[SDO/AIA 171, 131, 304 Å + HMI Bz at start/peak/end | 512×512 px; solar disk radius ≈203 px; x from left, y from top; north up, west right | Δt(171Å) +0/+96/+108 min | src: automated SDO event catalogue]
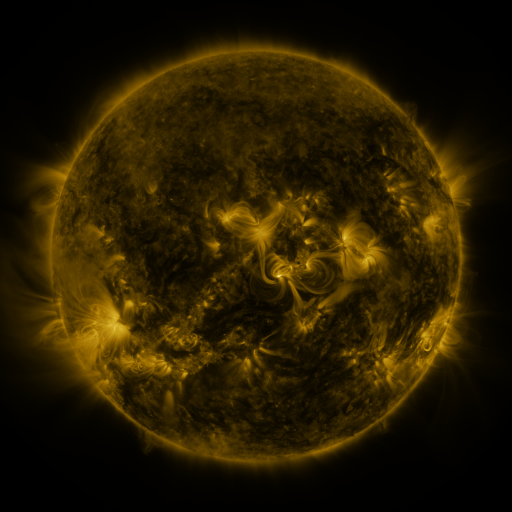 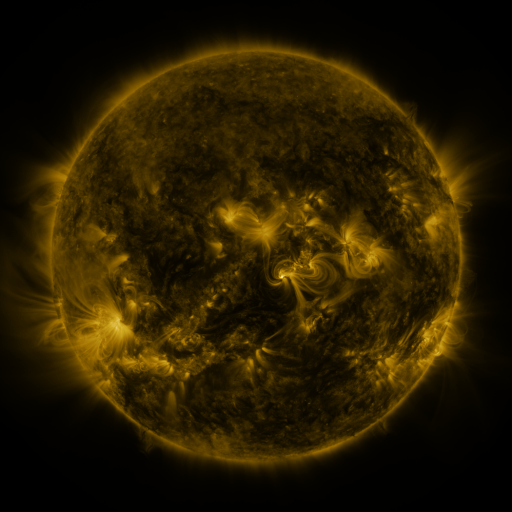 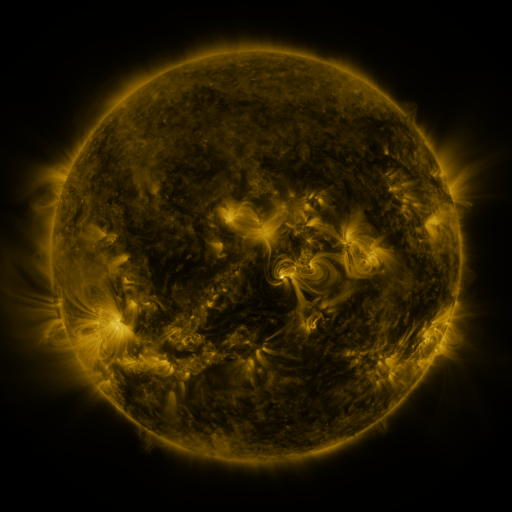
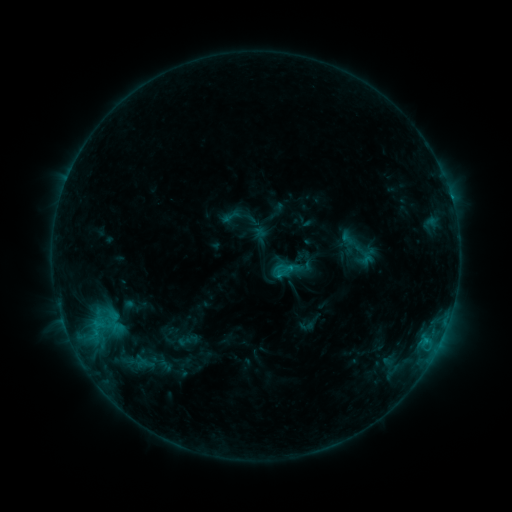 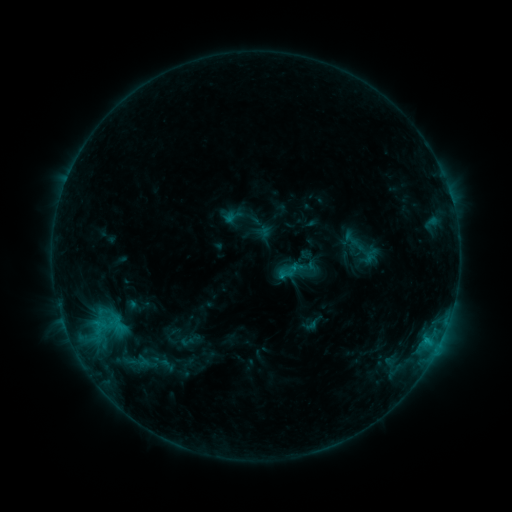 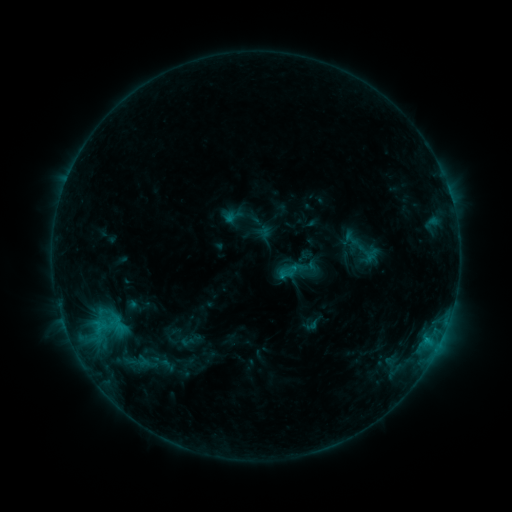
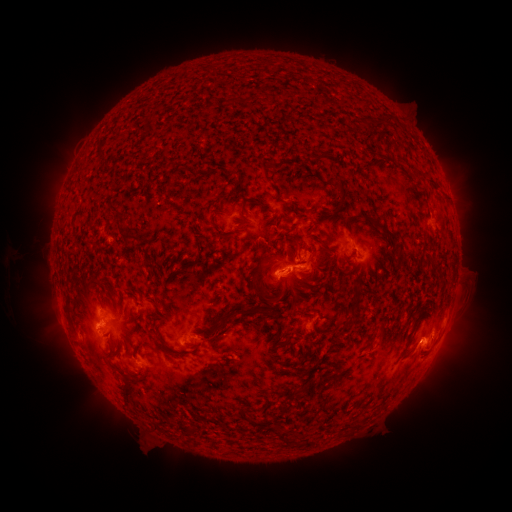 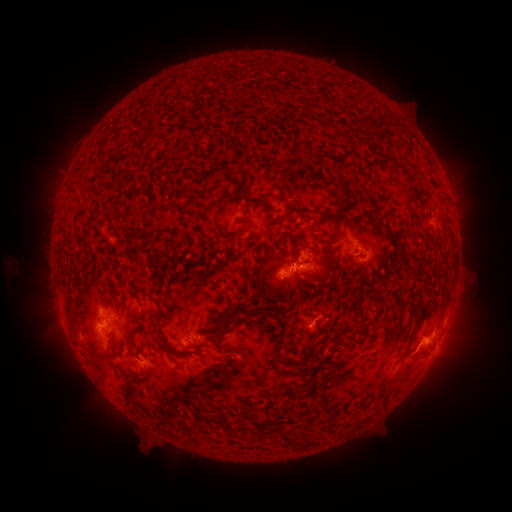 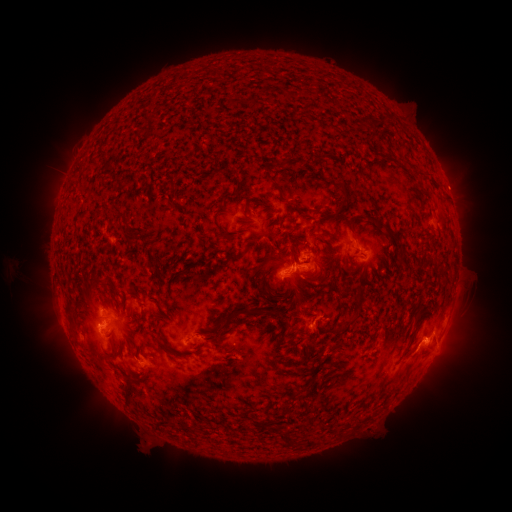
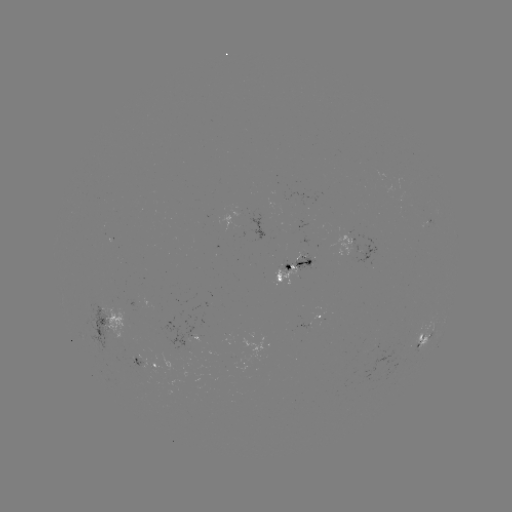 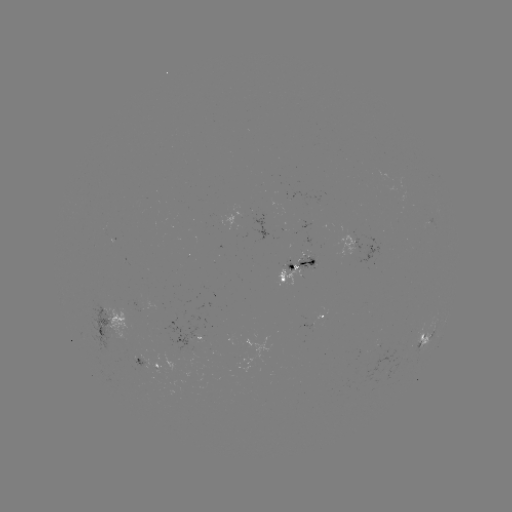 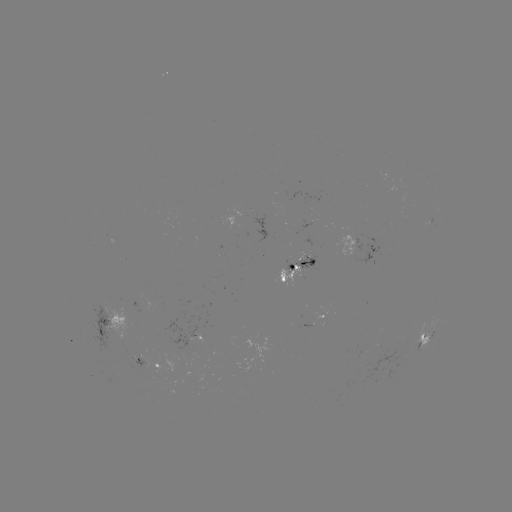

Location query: emerging-flux region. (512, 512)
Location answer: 289,269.